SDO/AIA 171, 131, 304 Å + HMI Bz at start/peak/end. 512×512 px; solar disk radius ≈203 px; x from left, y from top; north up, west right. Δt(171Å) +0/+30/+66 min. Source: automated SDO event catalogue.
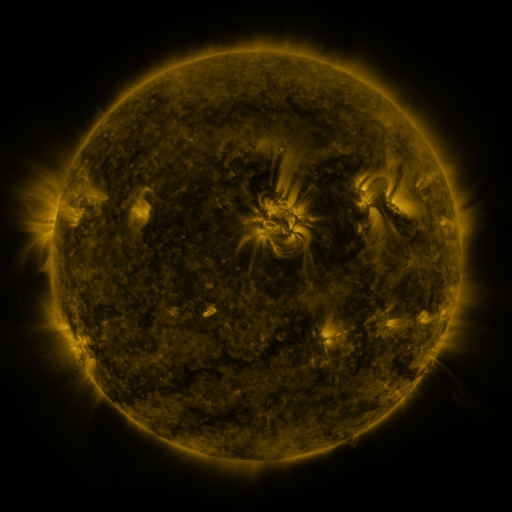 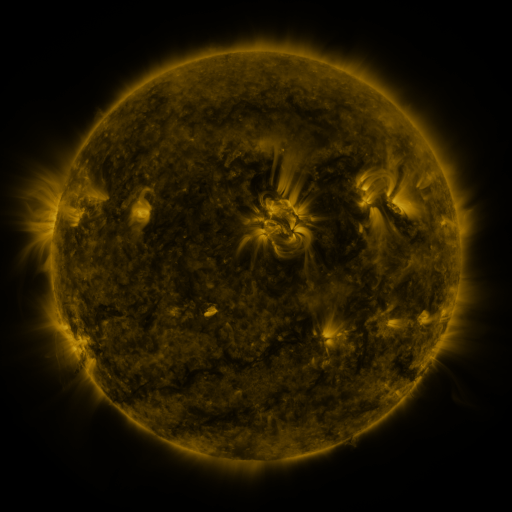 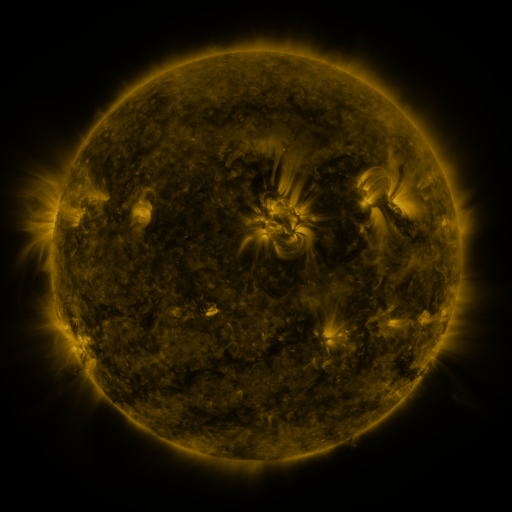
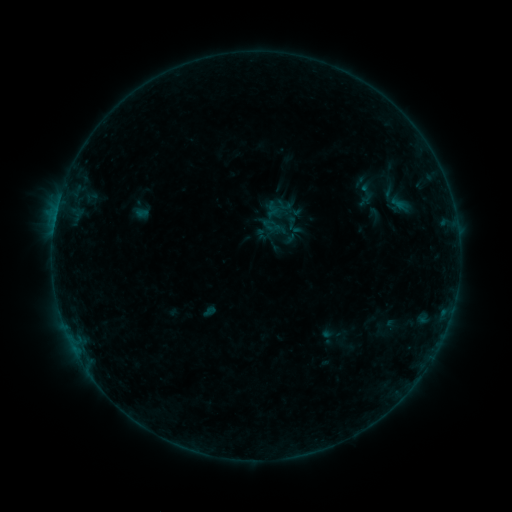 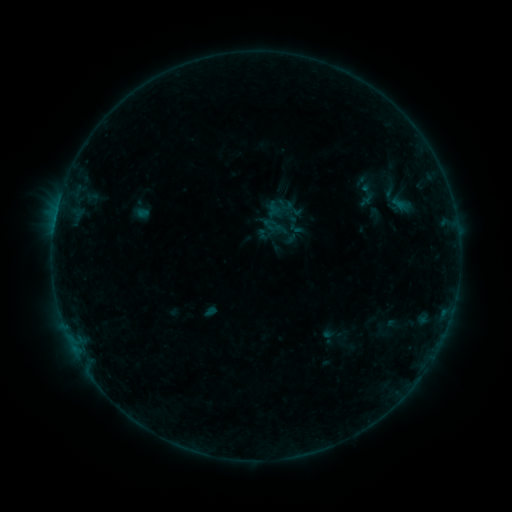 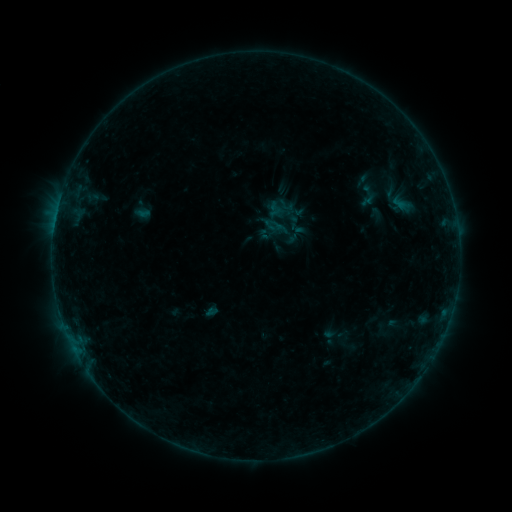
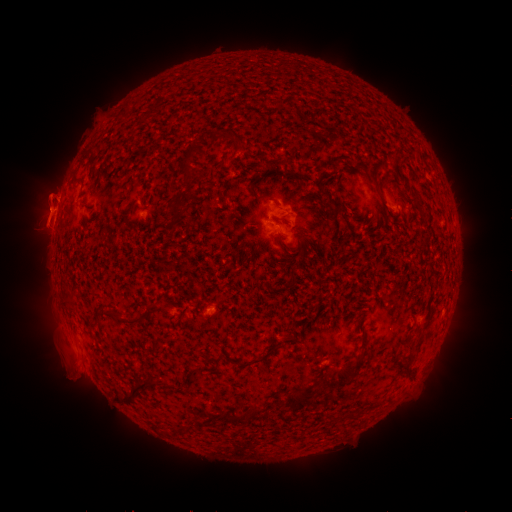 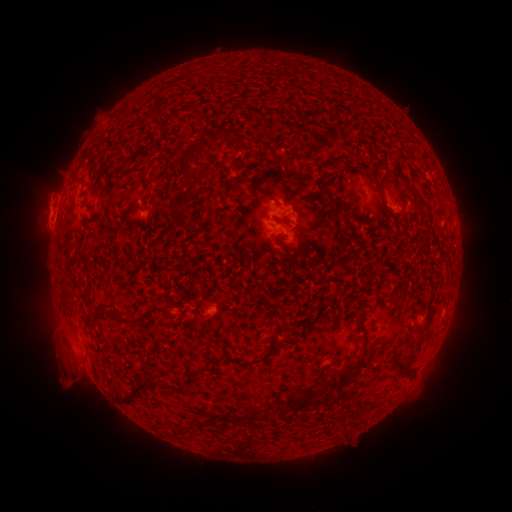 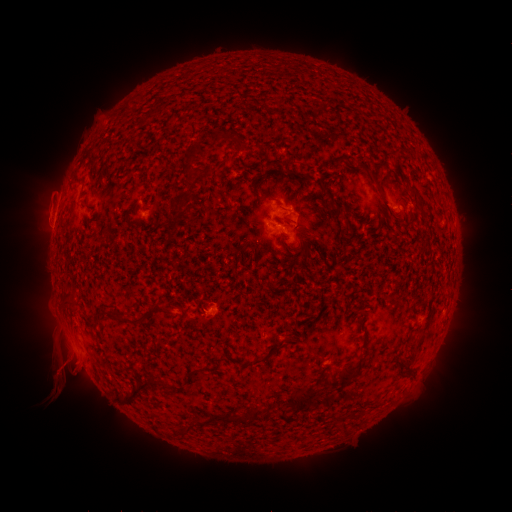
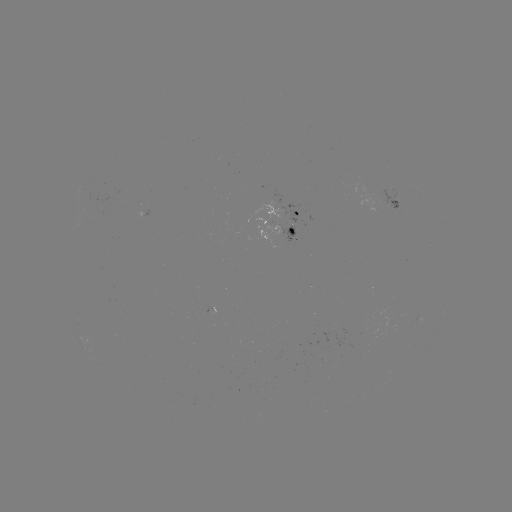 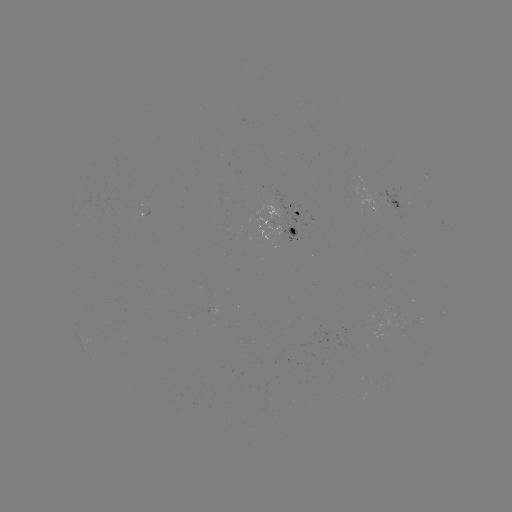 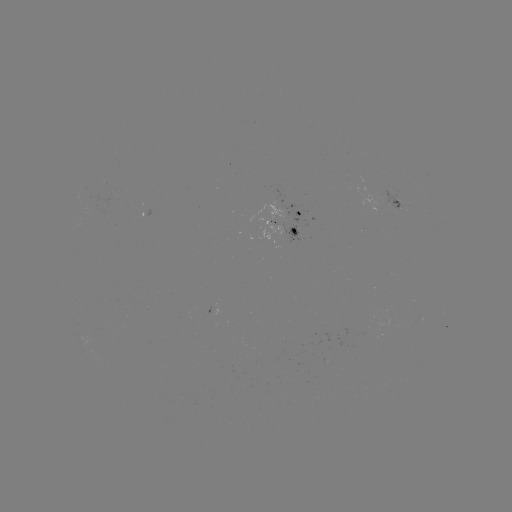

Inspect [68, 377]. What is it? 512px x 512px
eruption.